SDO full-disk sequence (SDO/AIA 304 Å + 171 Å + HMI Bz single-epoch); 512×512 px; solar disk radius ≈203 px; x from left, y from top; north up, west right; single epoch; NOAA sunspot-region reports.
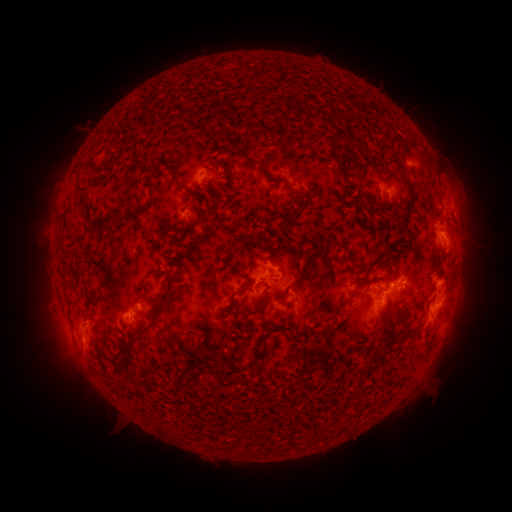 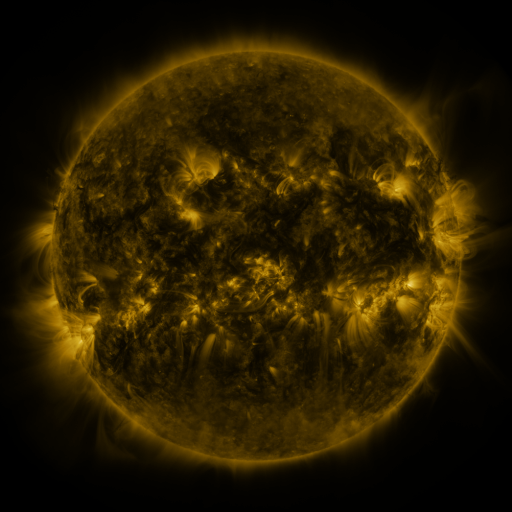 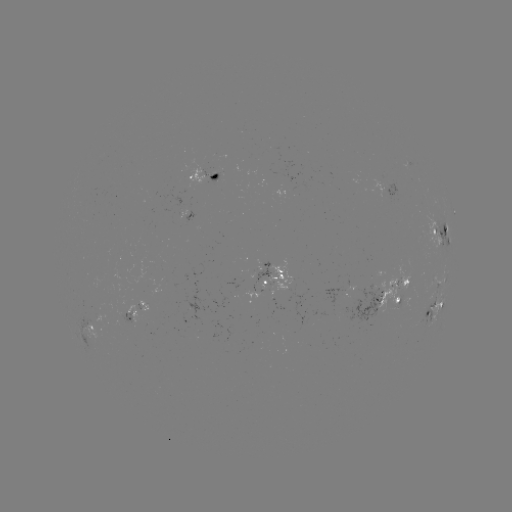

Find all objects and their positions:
spotted active region: (206, 173)
spotted active region: (454, 215)
spotted active region: (441, 234)
spotted active region: (273, 276)
spotted active region: (440, 284)
spotted active region: (389, 299)
spotted active region: (436, 308)
spotted active region: (140, 311)
spotted active region: (89, 324)
